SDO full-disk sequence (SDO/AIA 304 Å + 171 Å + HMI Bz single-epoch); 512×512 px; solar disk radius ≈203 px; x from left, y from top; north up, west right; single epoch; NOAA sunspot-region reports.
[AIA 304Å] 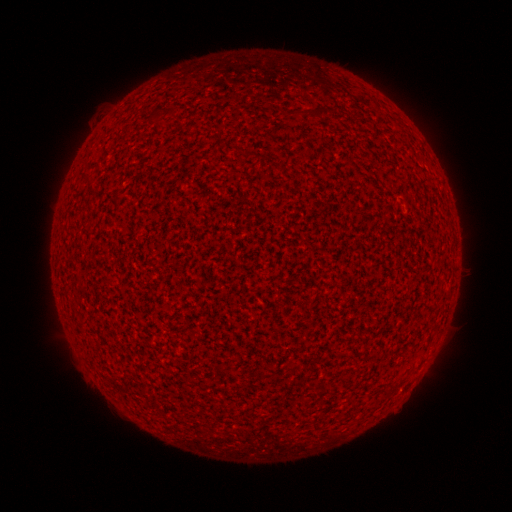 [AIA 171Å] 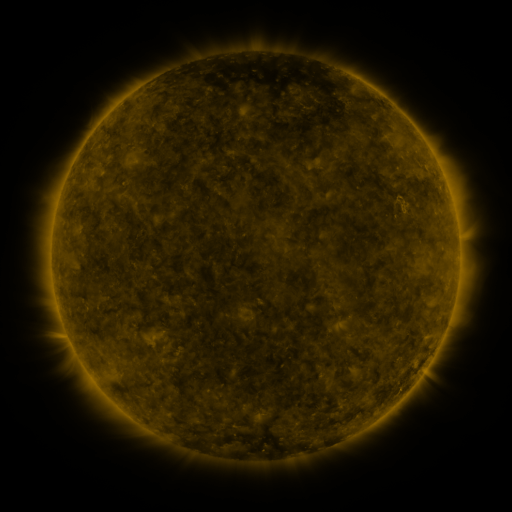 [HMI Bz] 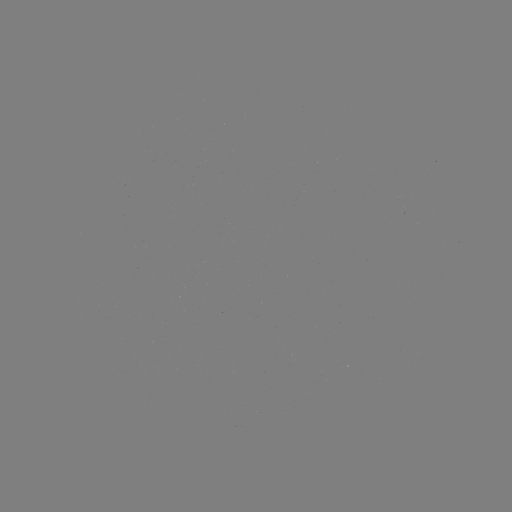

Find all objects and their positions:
(none)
